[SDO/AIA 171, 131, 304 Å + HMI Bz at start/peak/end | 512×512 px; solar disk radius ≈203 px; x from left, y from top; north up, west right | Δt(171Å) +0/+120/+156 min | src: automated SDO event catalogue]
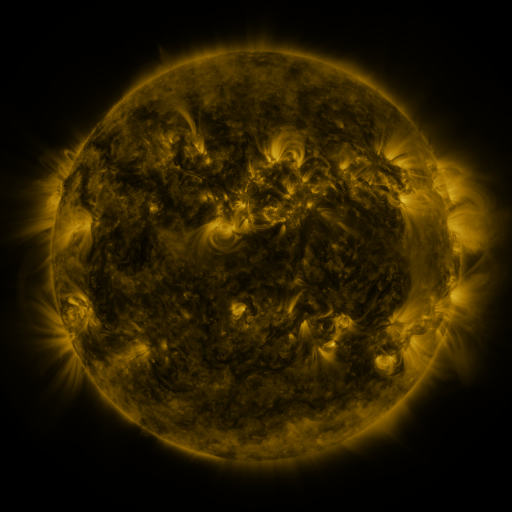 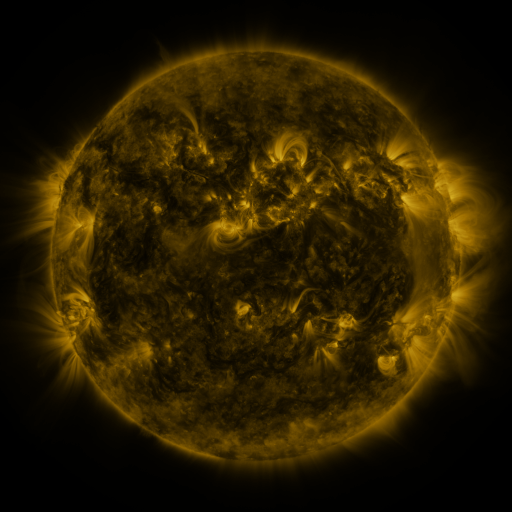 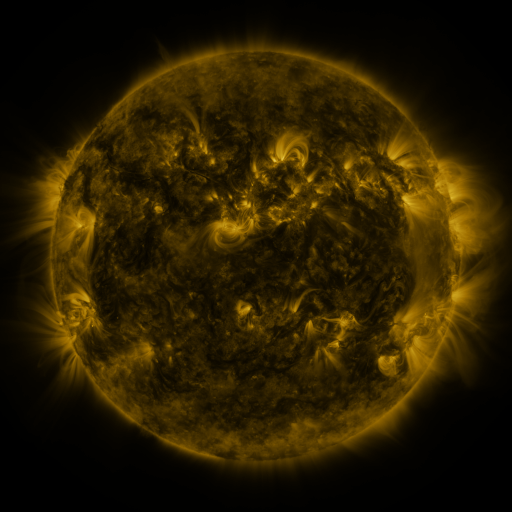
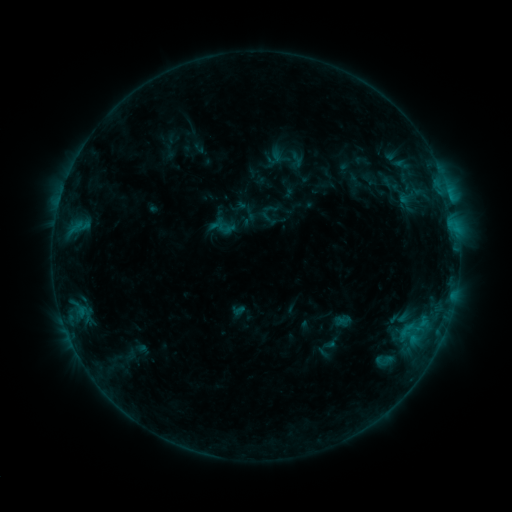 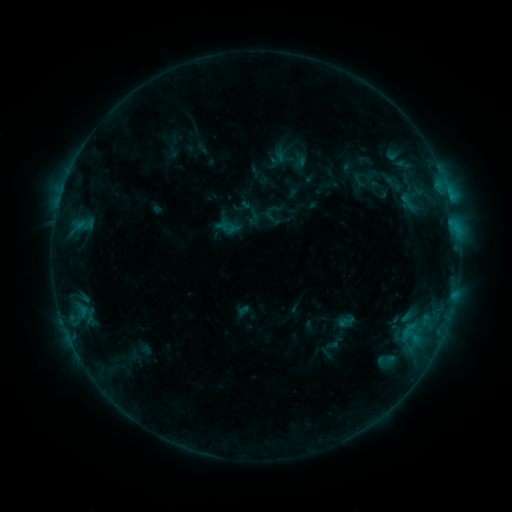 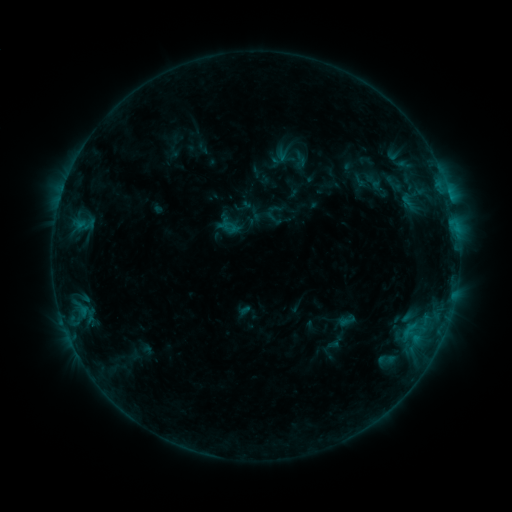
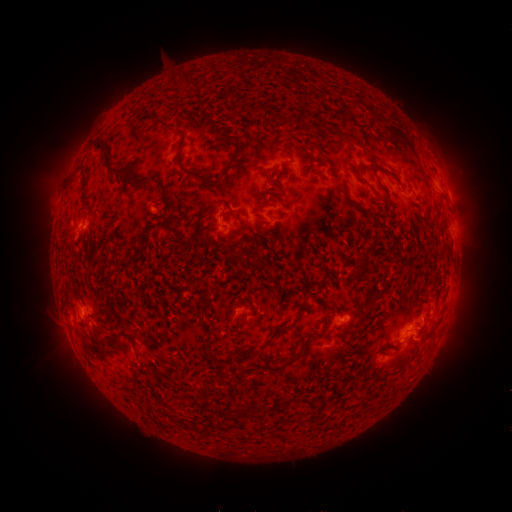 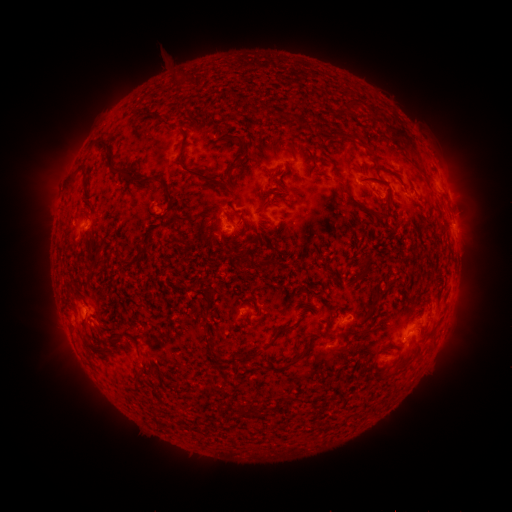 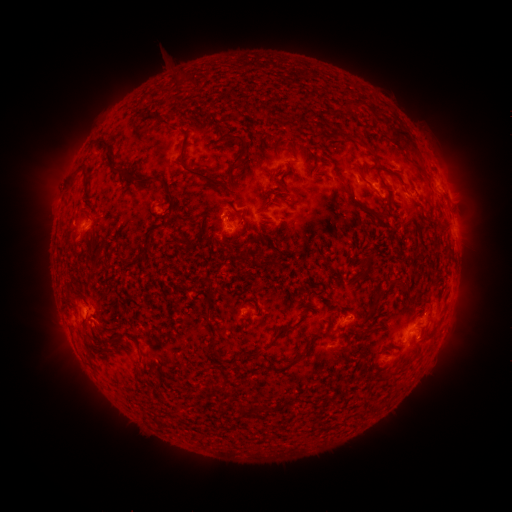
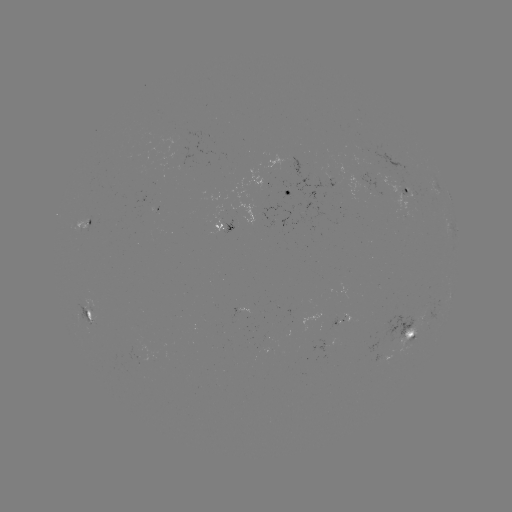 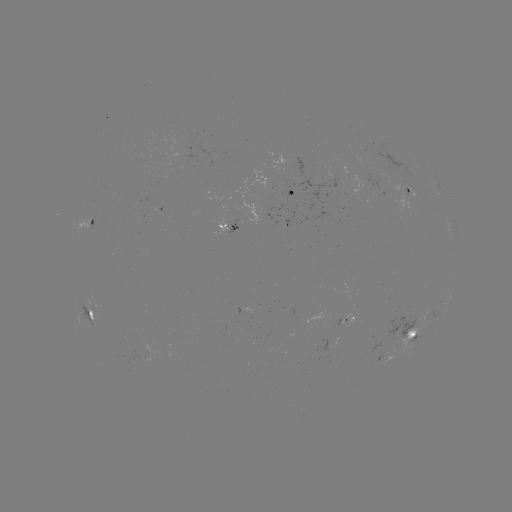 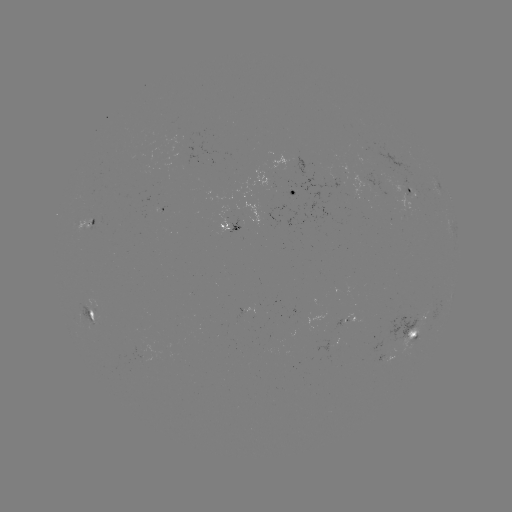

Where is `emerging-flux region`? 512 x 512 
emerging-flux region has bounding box [390, 179, 412, 194].